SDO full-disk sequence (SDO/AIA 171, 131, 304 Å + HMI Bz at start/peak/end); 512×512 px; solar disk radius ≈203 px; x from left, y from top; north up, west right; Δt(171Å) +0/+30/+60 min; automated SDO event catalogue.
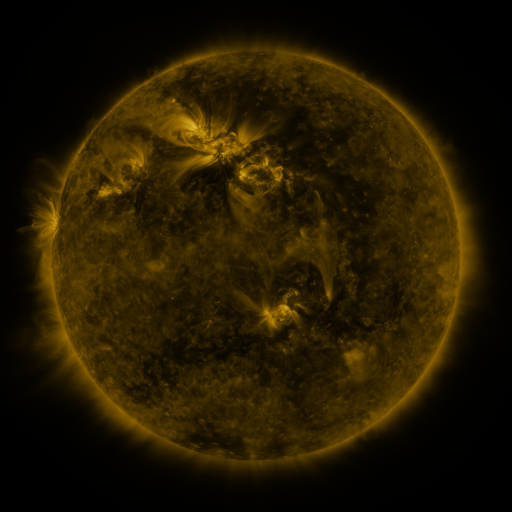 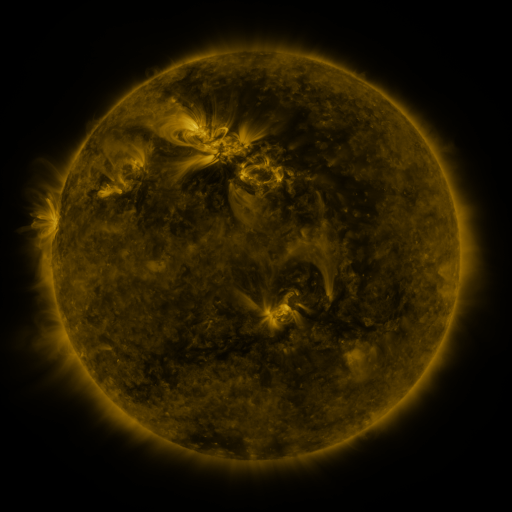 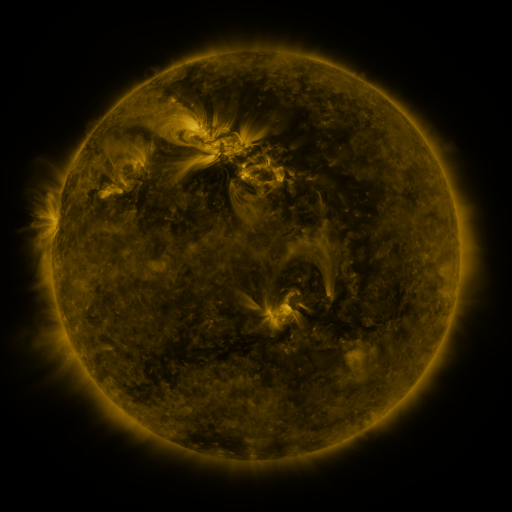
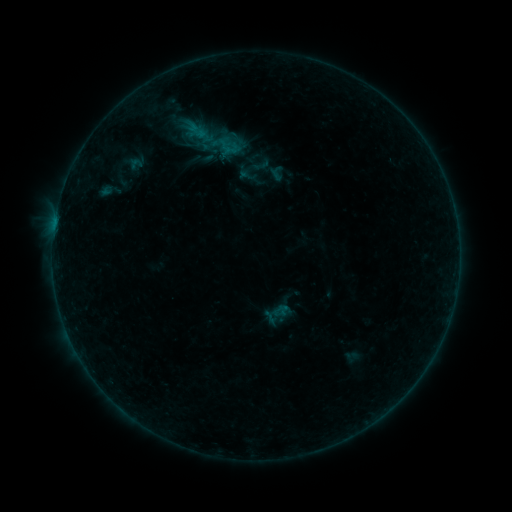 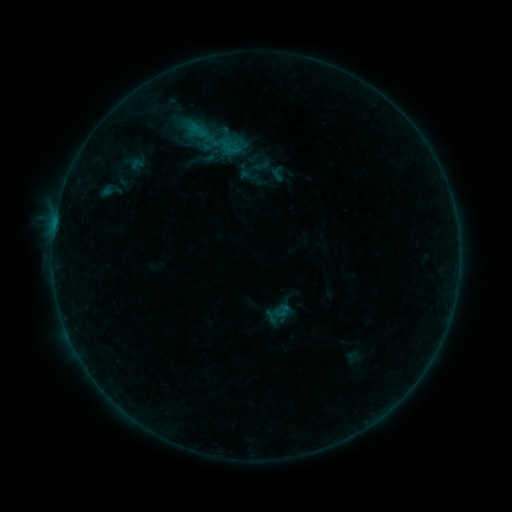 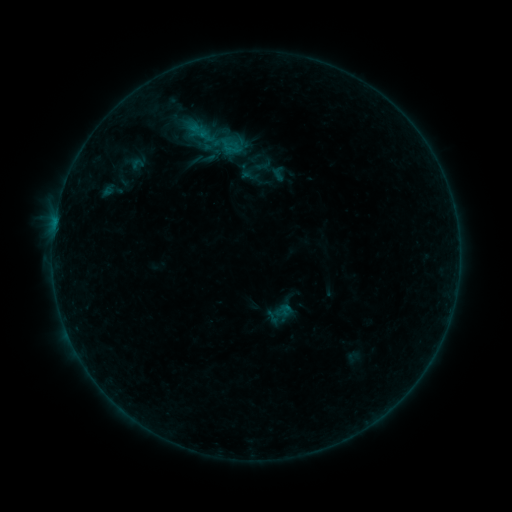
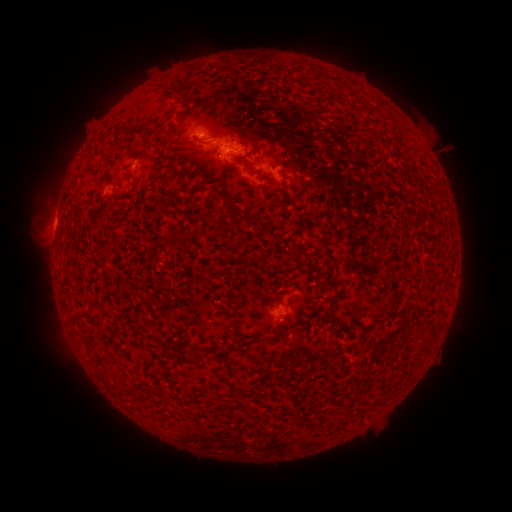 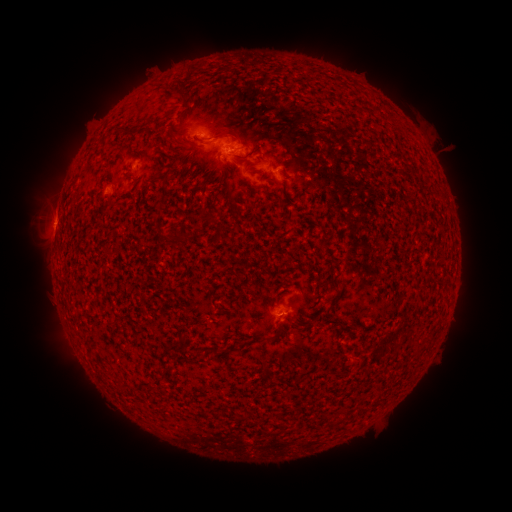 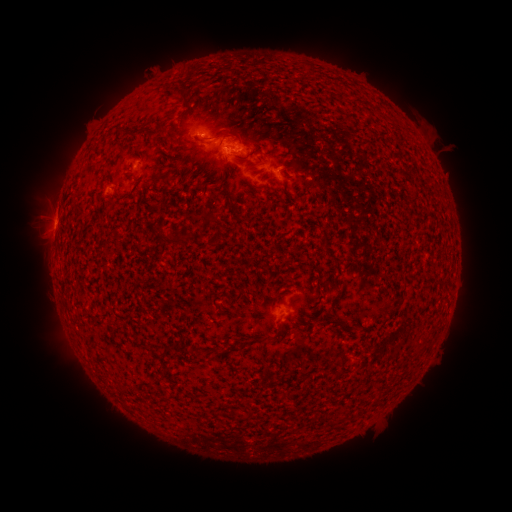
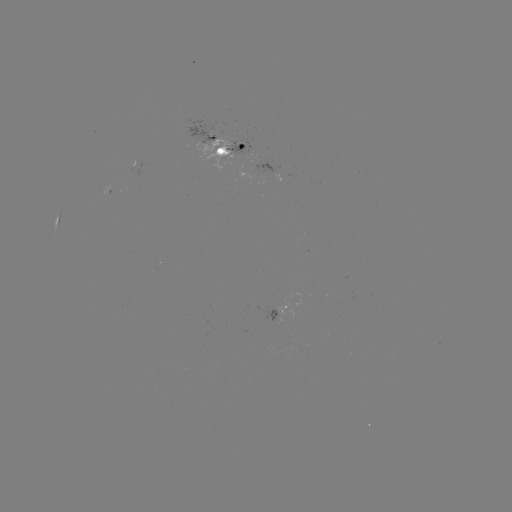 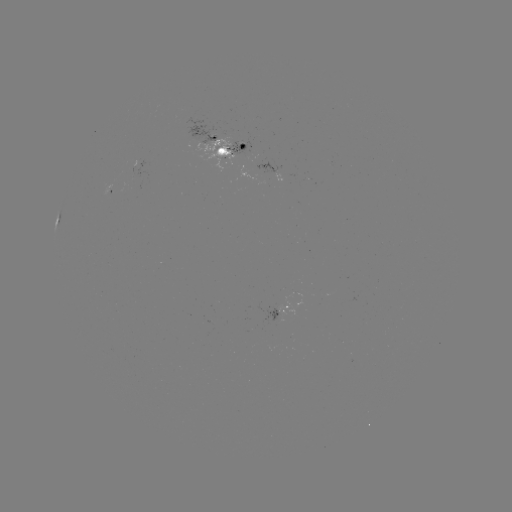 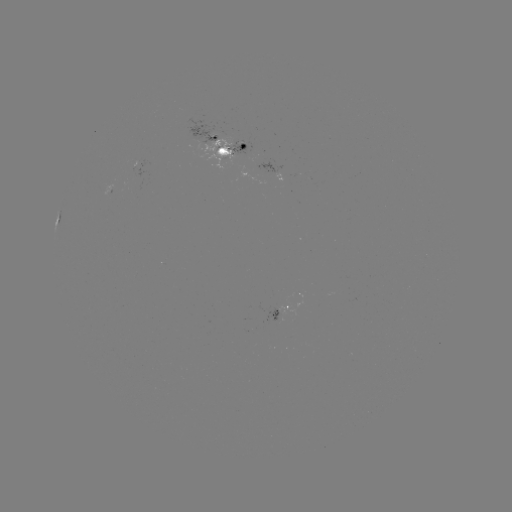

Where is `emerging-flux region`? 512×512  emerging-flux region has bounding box [225, 142, 246, 160].